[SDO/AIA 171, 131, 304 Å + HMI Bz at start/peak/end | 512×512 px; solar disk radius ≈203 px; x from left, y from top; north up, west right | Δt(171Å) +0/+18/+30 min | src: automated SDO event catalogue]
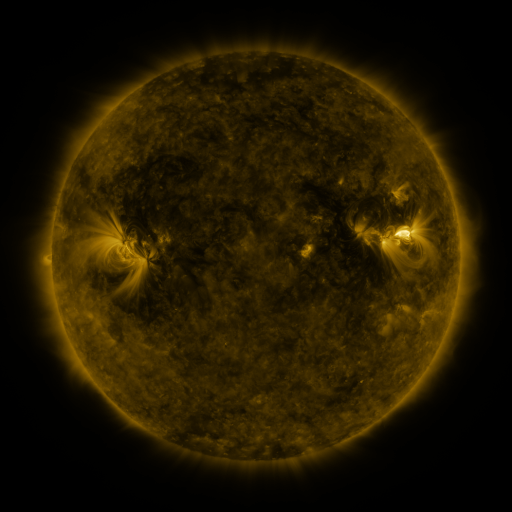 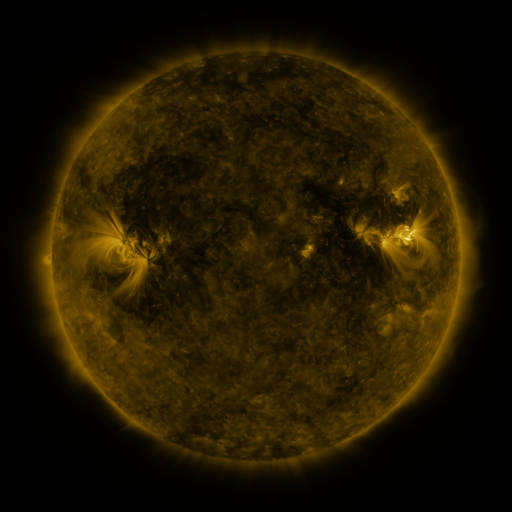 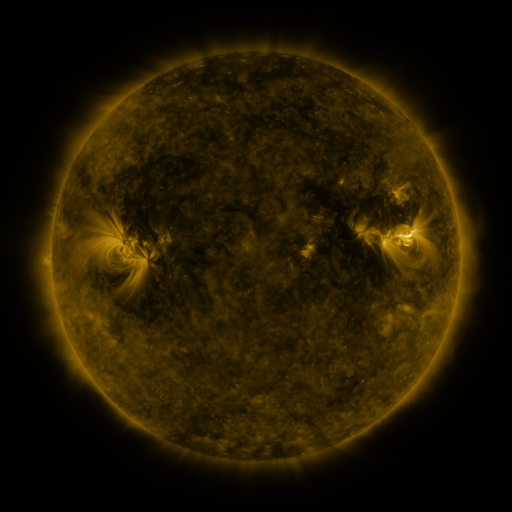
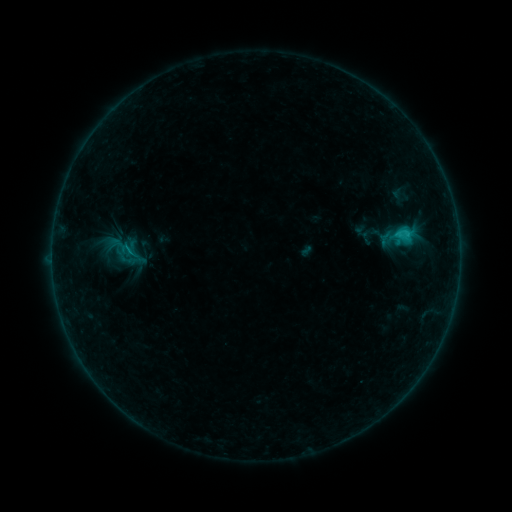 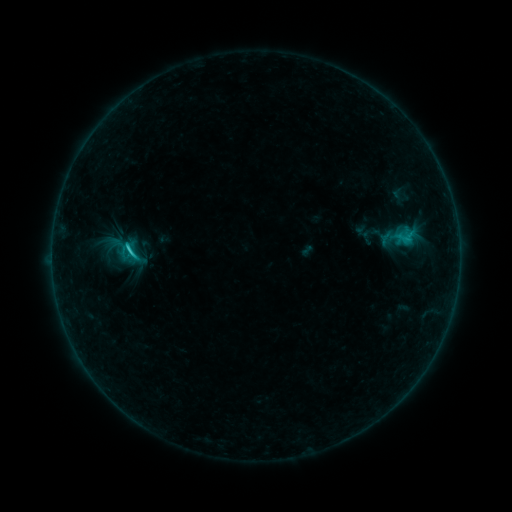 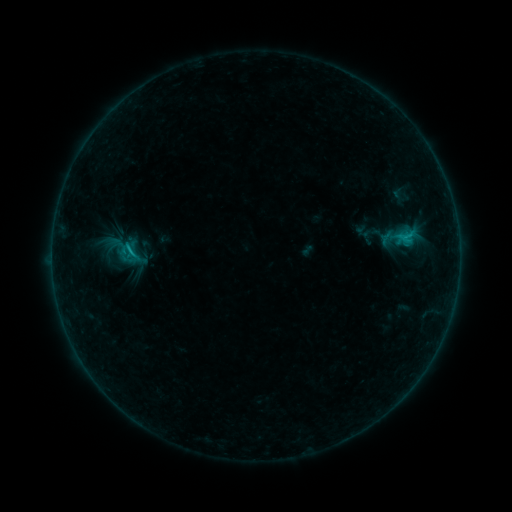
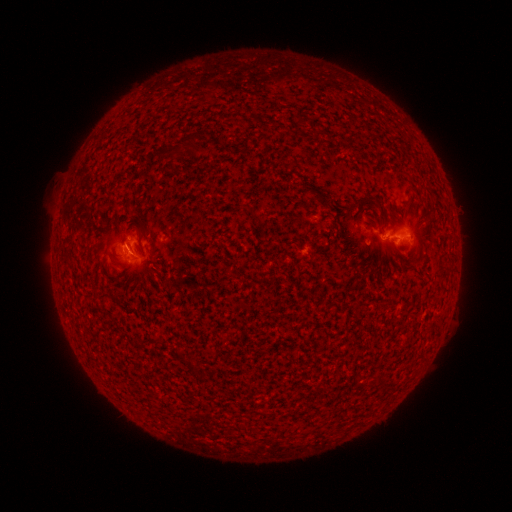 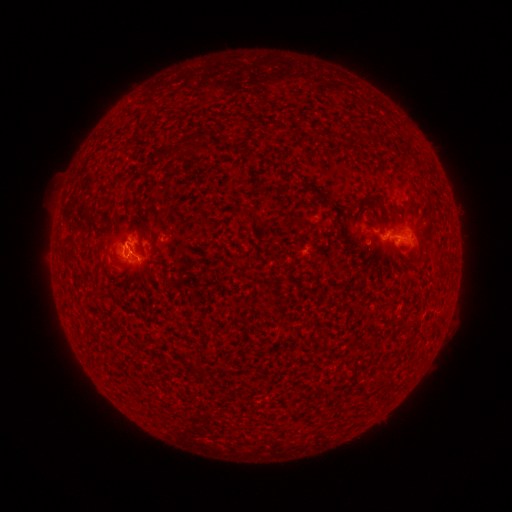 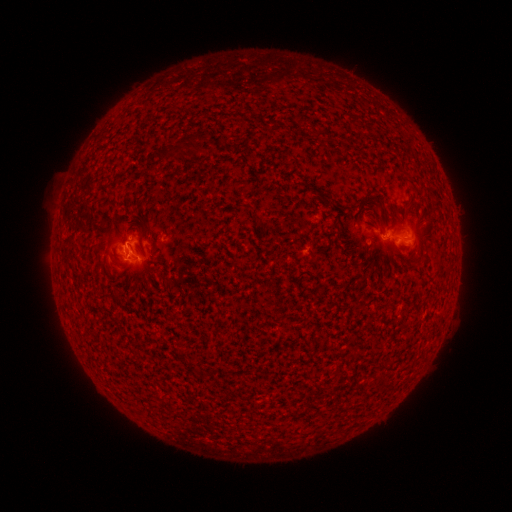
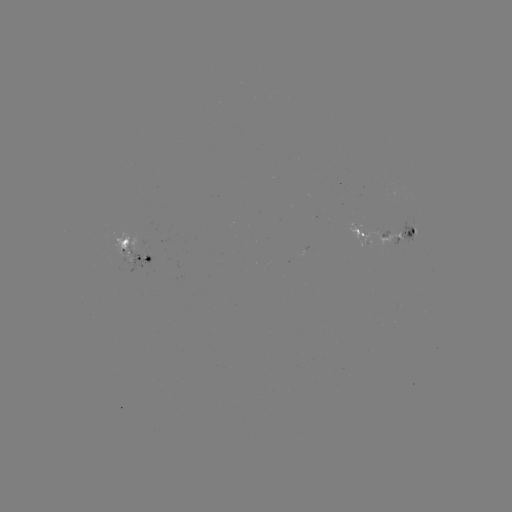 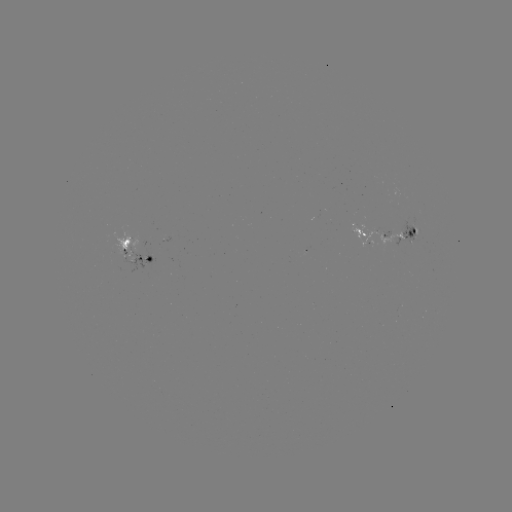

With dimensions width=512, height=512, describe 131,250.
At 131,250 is C1.2 flare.